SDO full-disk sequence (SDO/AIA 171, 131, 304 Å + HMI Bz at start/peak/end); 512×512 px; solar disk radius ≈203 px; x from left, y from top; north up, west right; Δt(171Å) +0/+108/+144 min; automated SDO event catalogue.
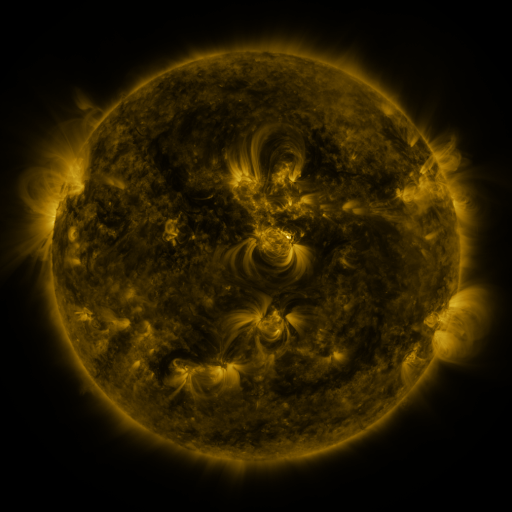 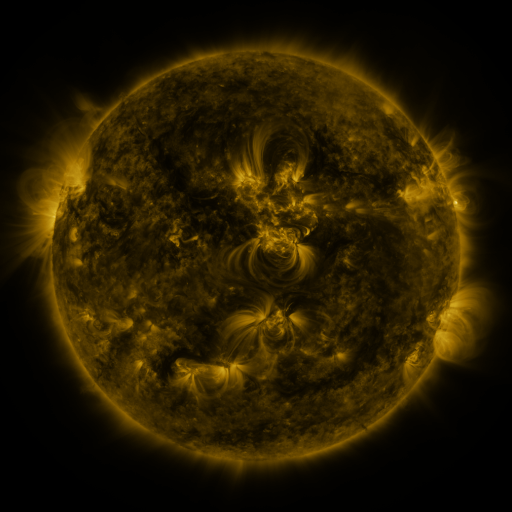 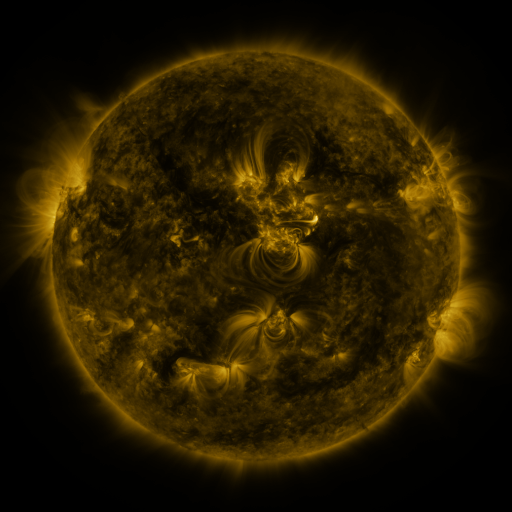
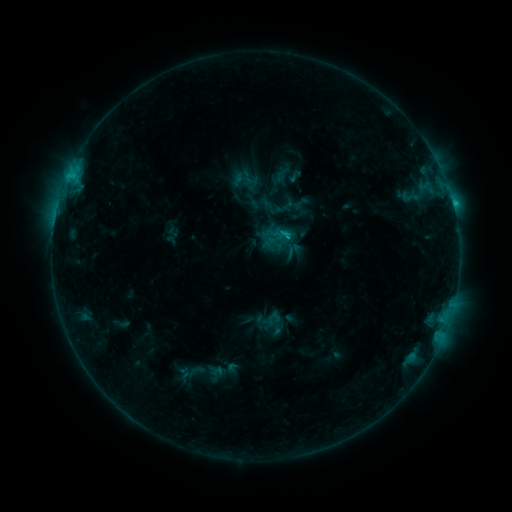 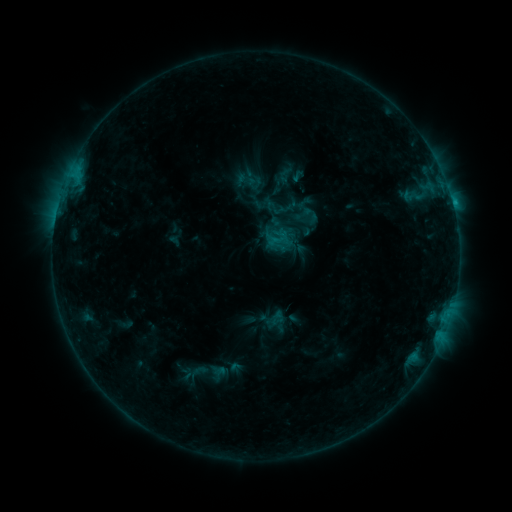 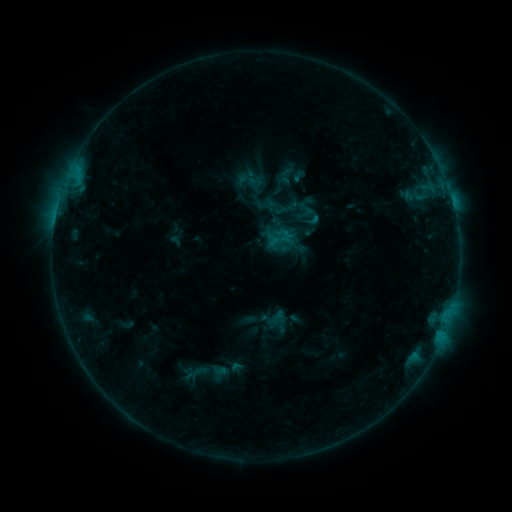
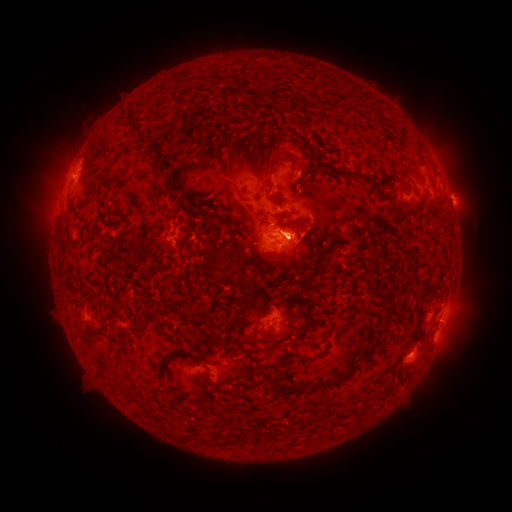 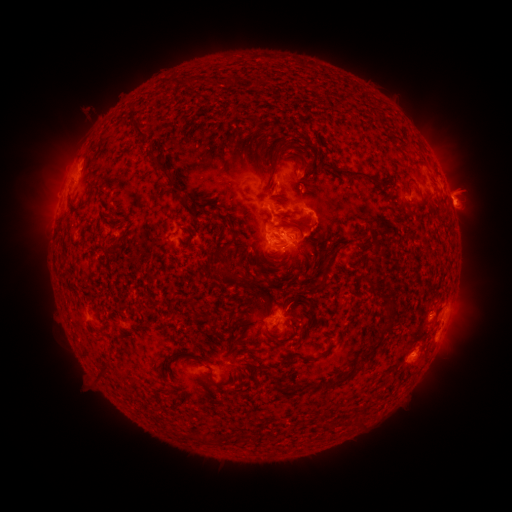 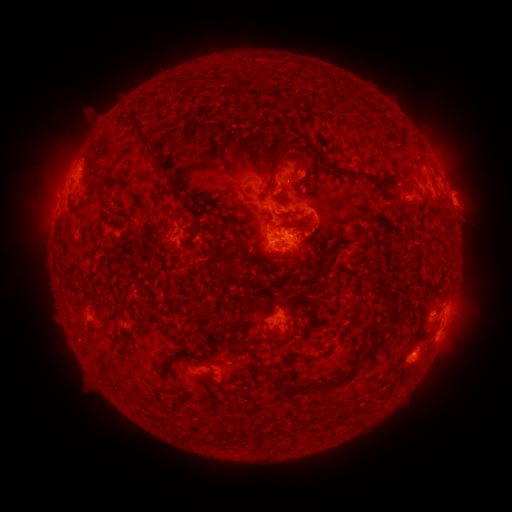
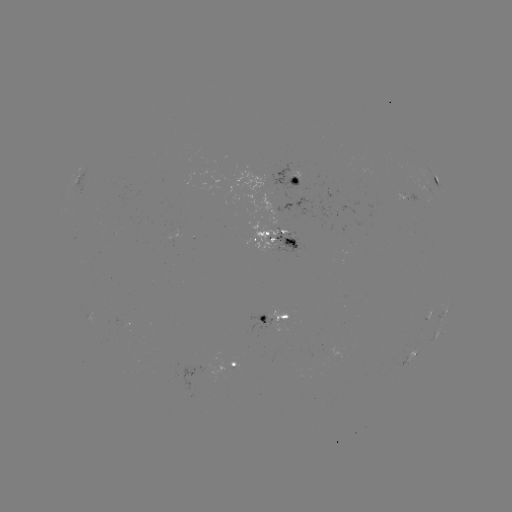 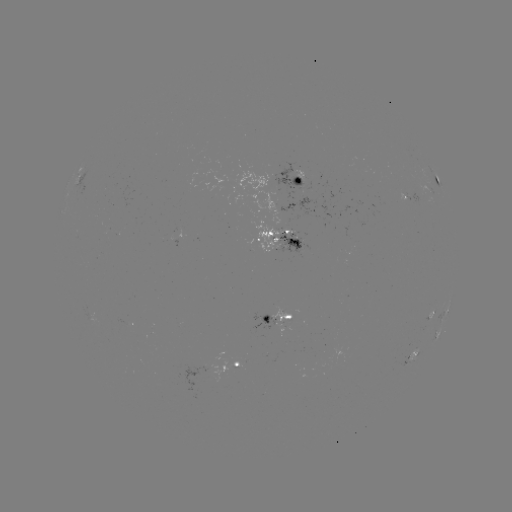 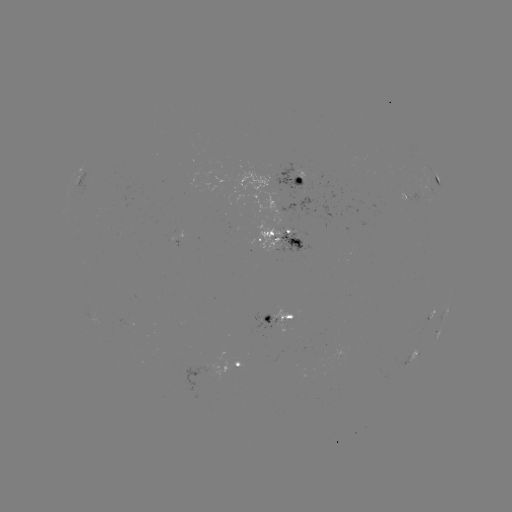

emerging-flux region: <bbox>271, 309, 290, 331</bbox>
